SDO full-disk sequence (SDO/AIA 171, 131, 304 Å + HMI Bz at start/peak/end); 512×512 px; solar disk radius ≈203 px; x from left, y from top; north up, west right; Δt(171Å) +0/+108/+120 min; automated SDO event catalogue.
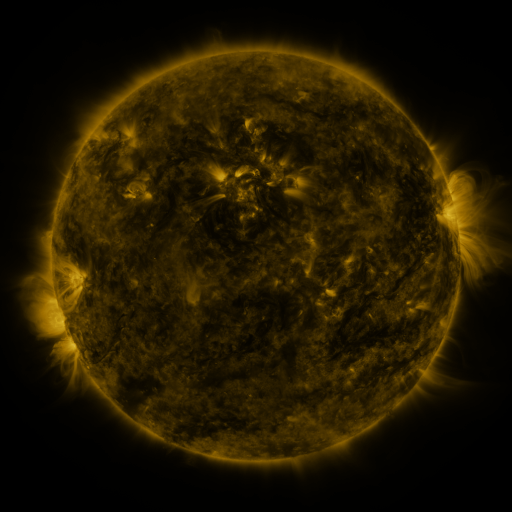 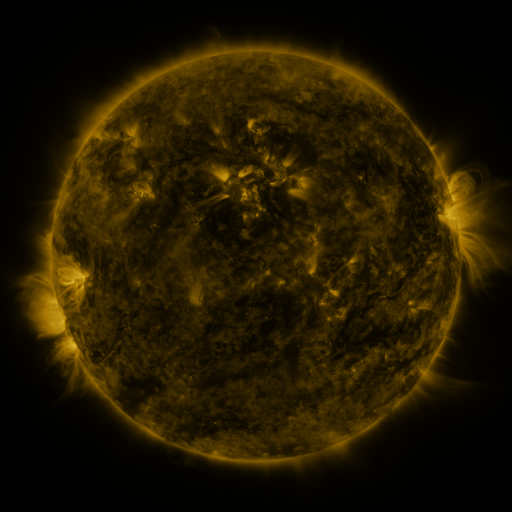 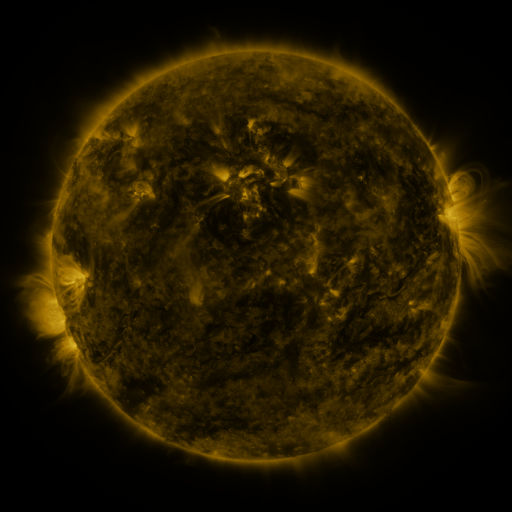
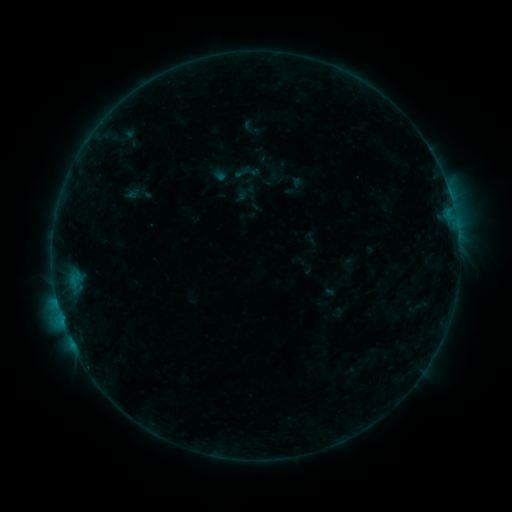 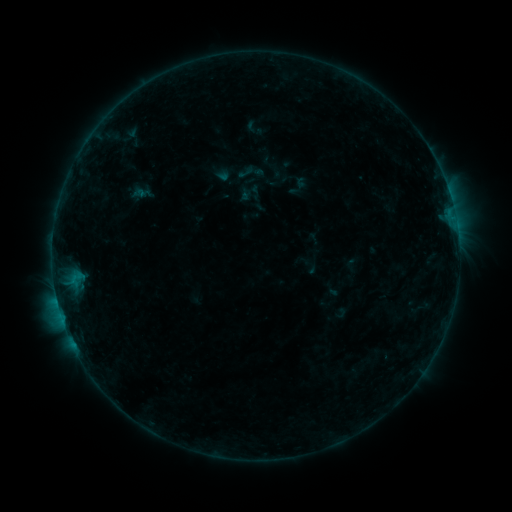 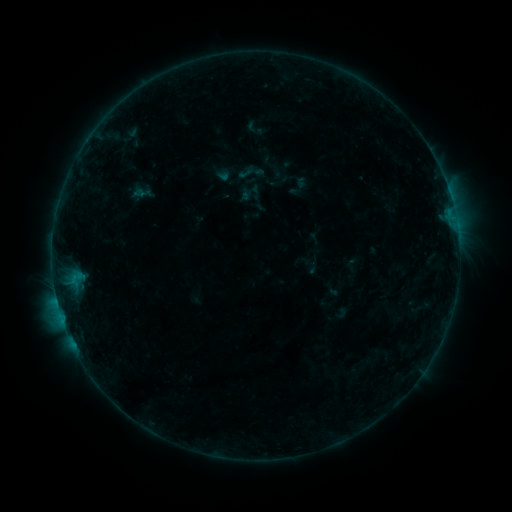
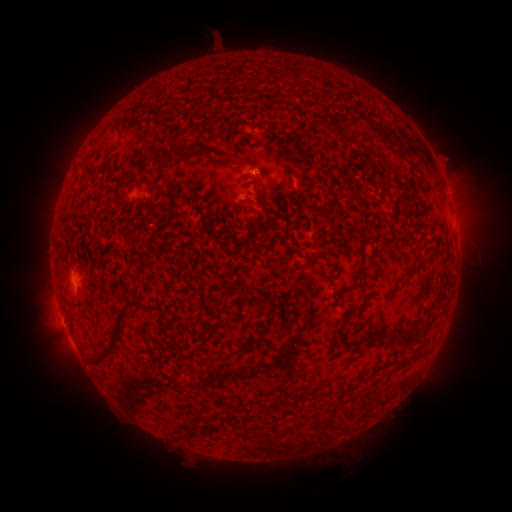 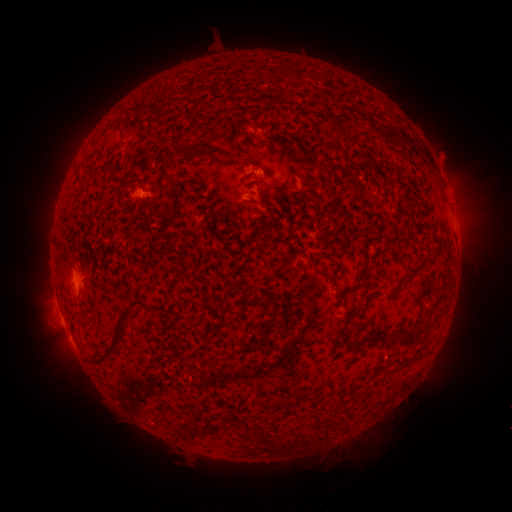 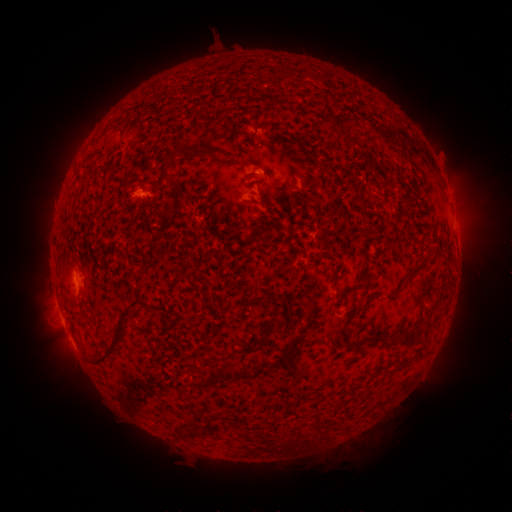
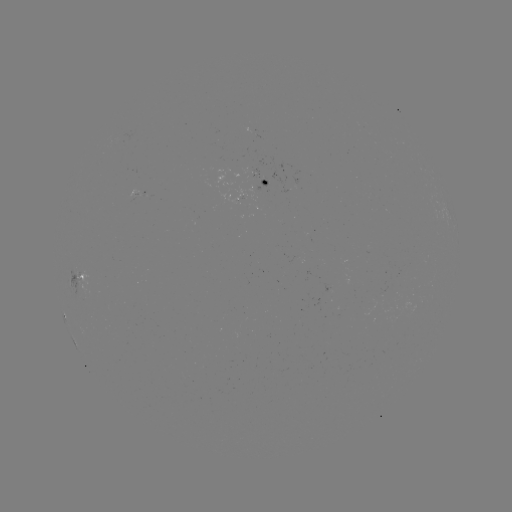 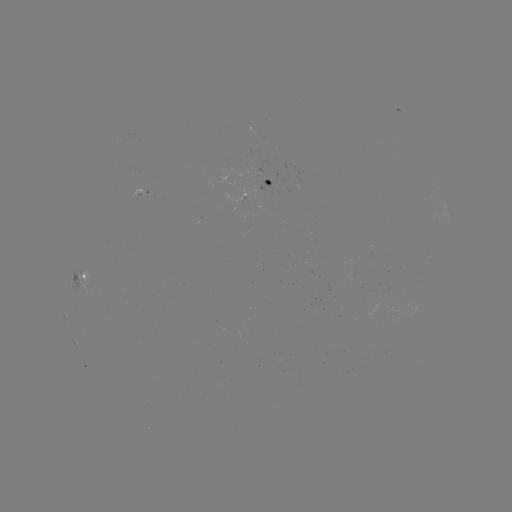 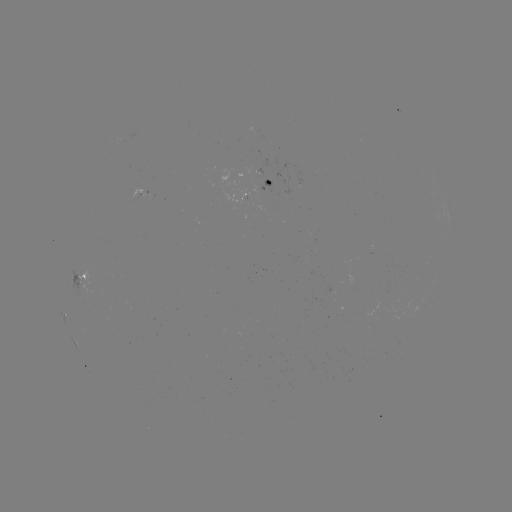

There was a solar emerging-flux region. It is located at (139, 194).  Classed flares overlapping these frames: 1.